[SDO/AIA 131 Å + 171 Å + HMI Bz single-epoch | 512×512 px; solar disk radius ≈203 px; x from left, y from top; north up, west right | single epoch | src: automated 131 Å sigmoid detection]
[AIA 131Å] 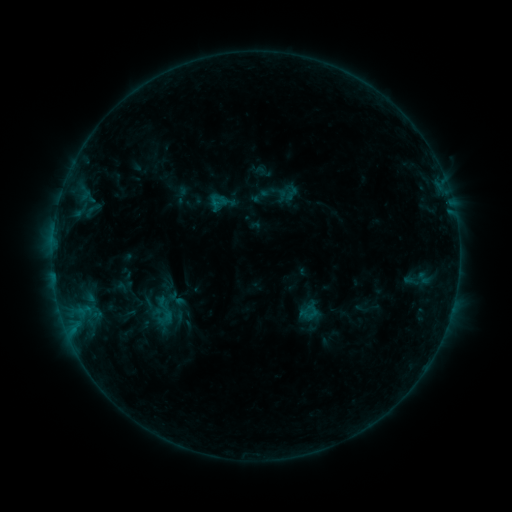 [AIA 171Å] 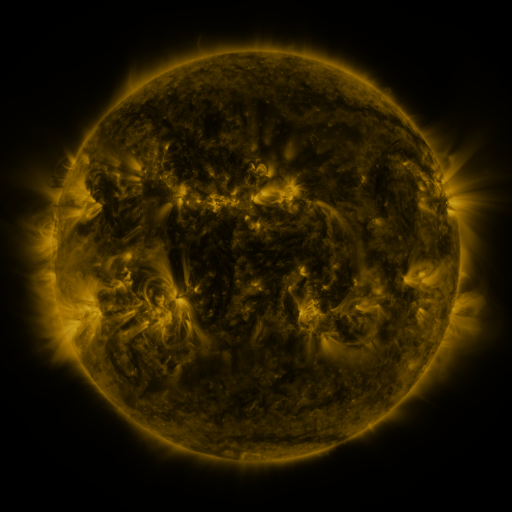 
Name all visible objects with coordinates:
sigmoid: (250, 186, 270, 206)
sigmoid: (140, 294, 186, 328)
